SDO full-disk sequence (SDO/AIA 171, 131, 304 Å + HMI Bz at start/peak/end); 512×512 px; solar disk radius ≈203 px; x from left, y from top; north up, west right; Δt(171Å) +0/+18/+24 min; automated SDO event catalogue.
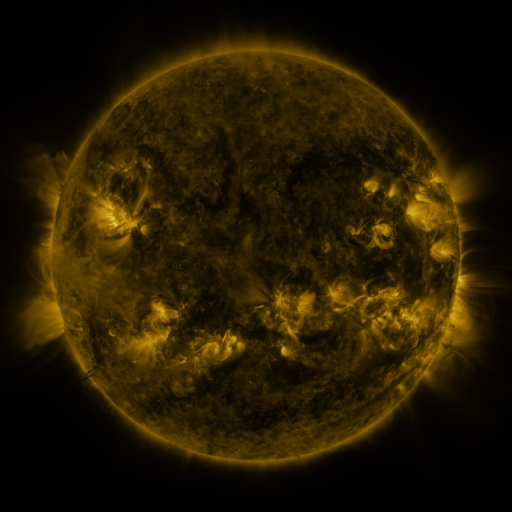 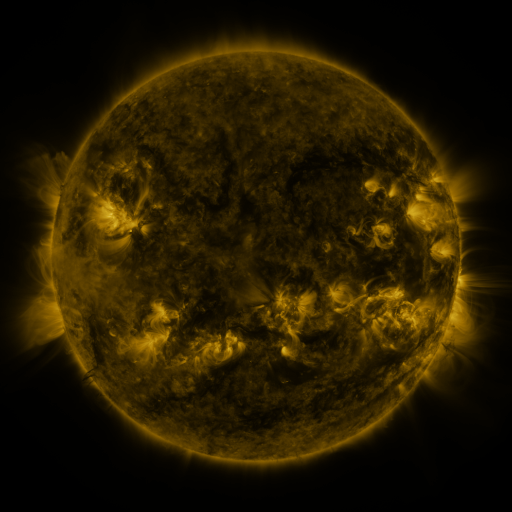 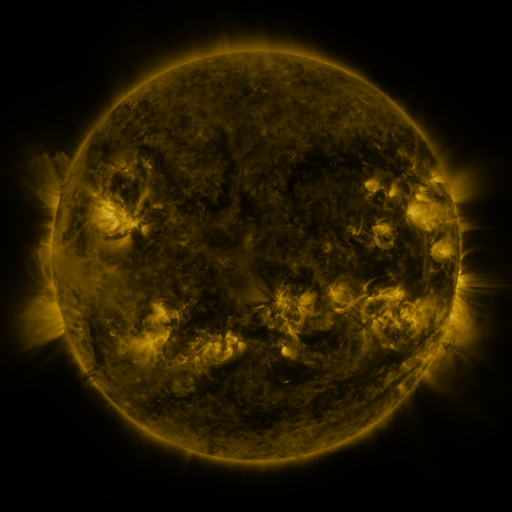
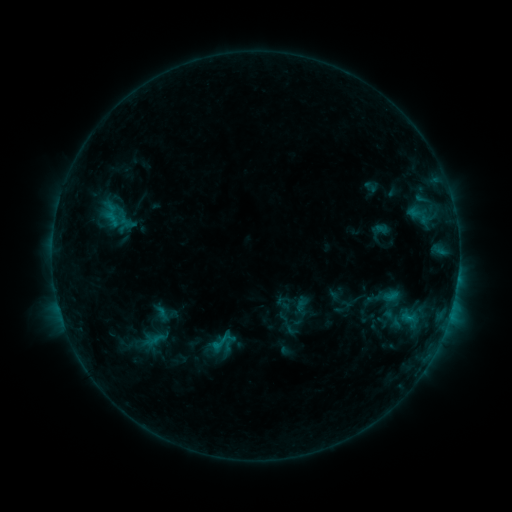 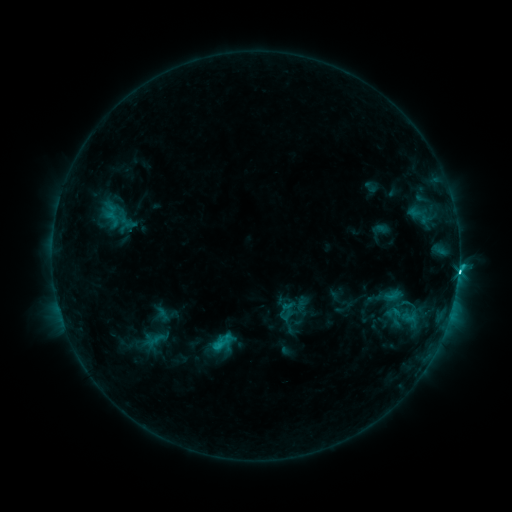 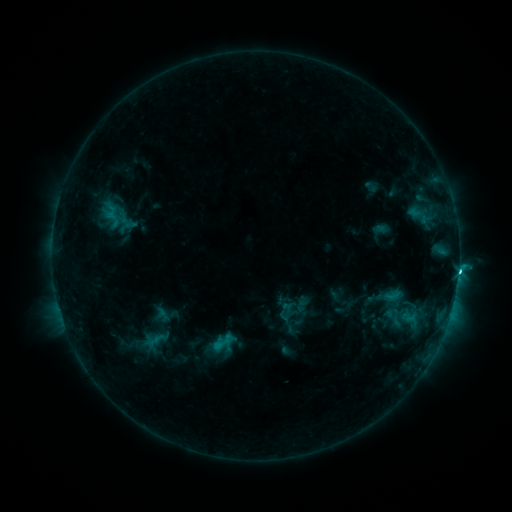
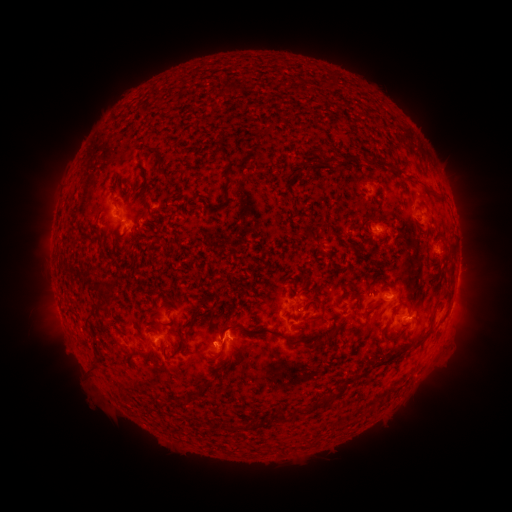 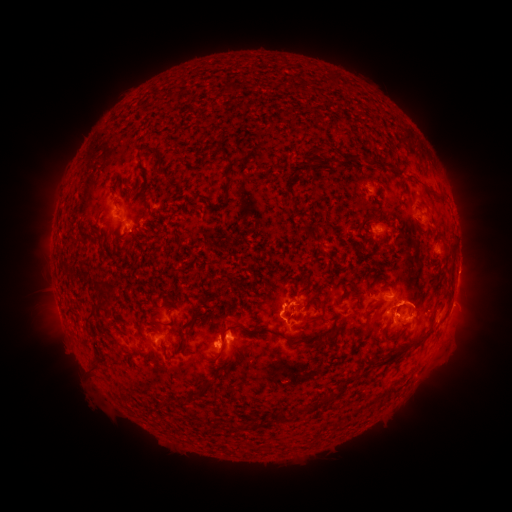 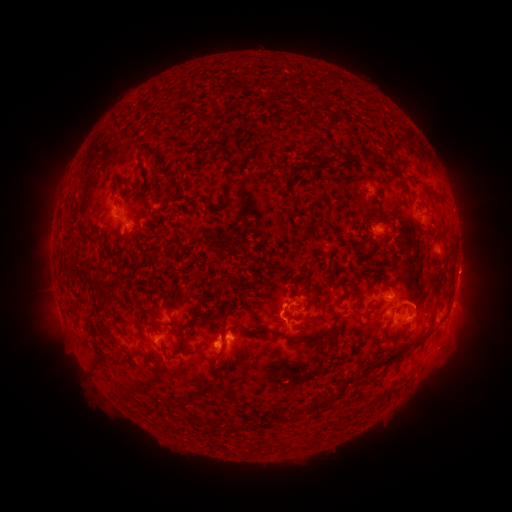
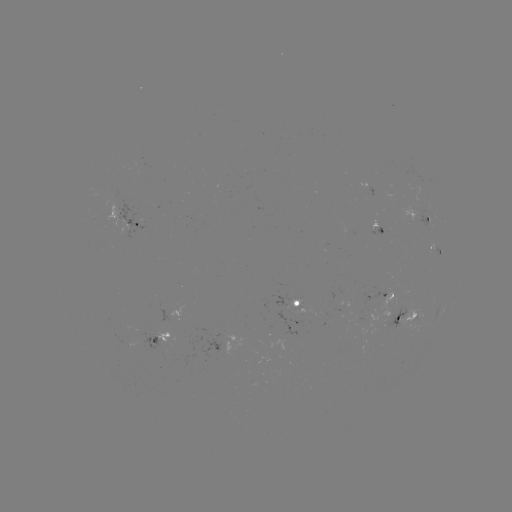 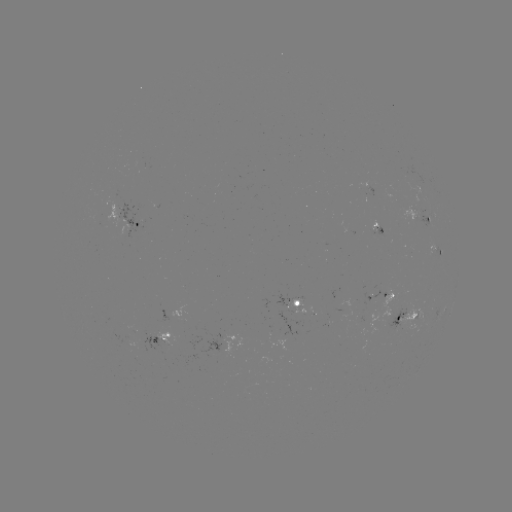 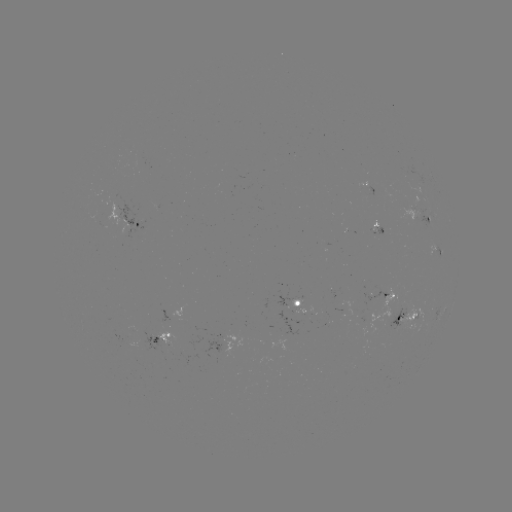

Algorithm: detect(C4.1 flare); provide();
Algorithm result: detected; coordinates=[458, 270]